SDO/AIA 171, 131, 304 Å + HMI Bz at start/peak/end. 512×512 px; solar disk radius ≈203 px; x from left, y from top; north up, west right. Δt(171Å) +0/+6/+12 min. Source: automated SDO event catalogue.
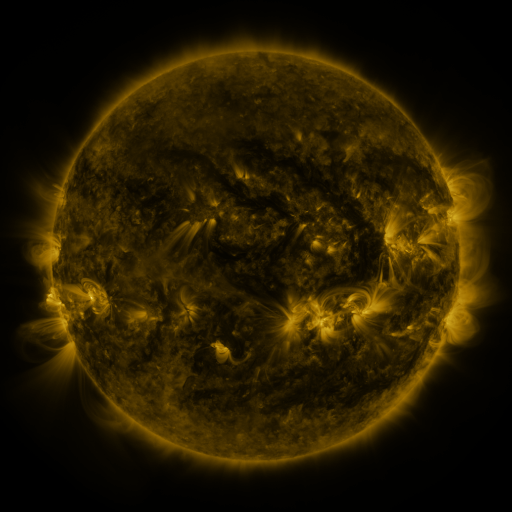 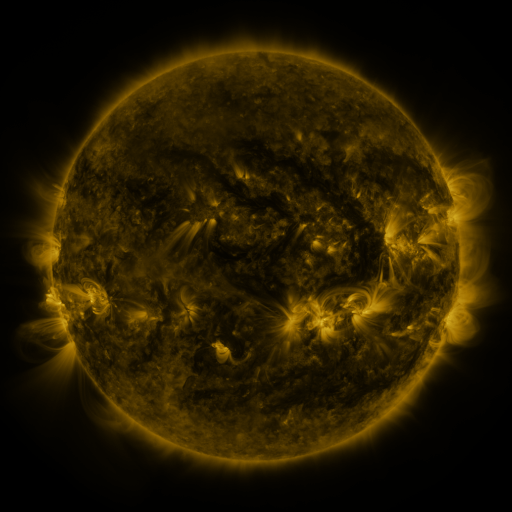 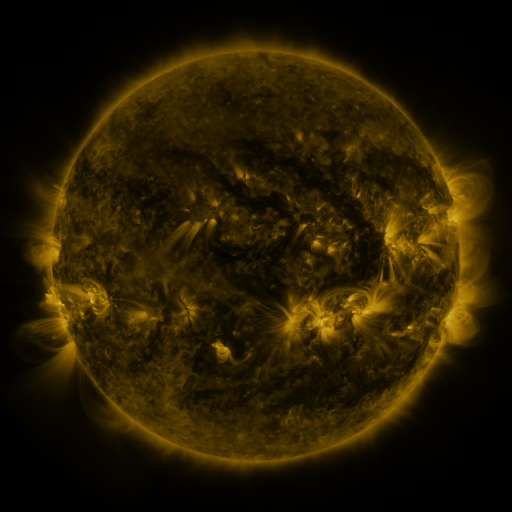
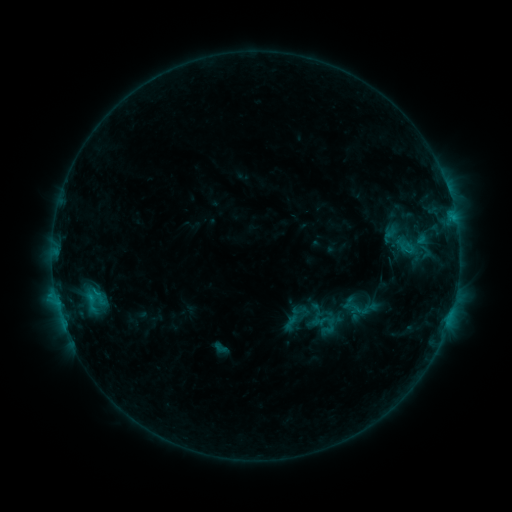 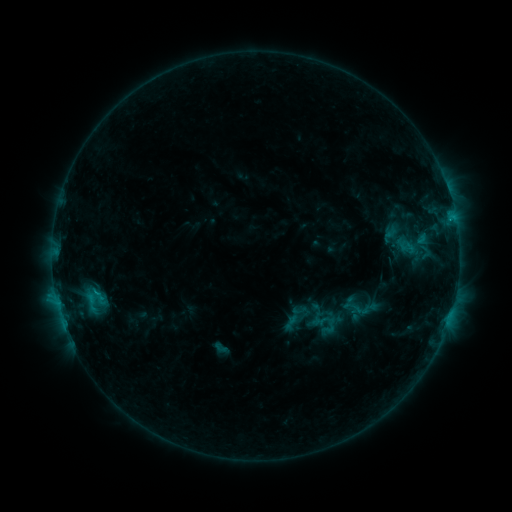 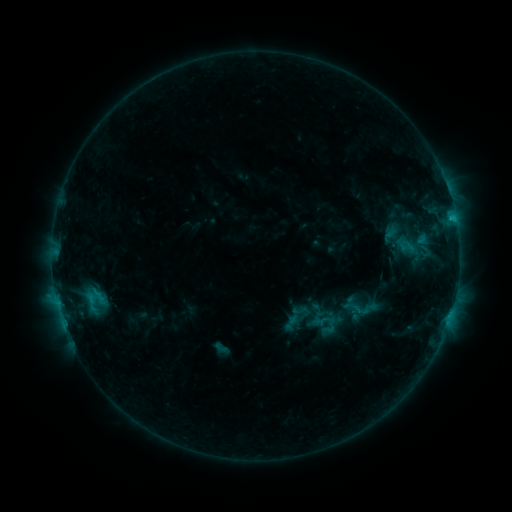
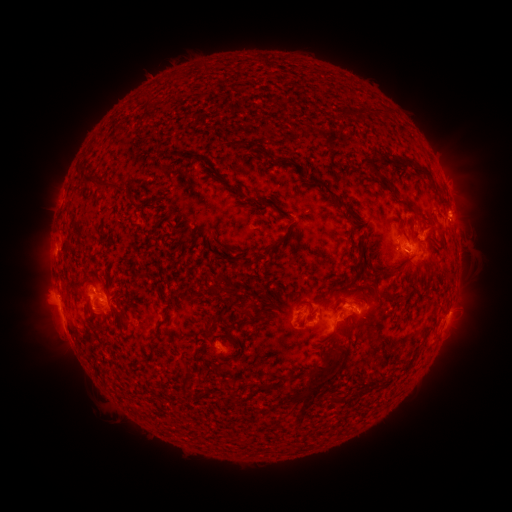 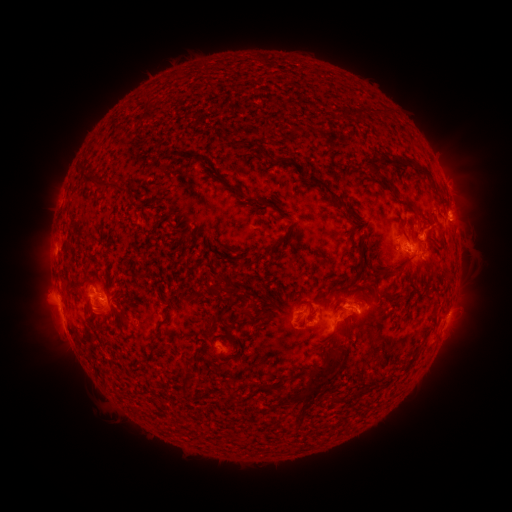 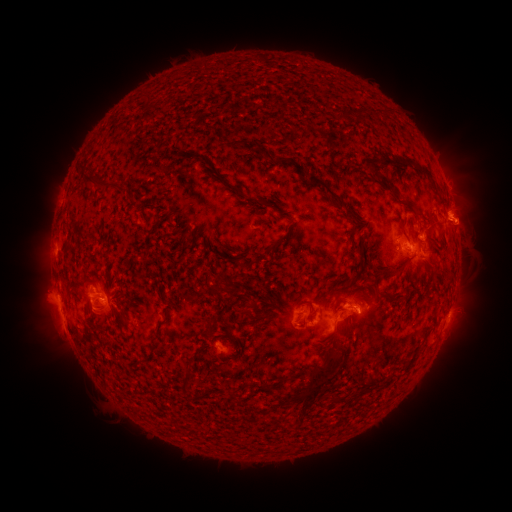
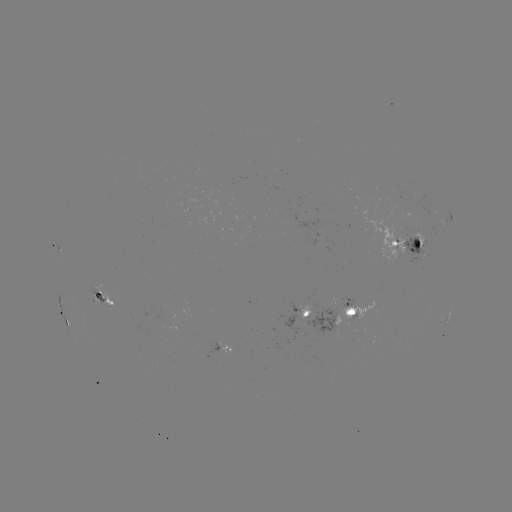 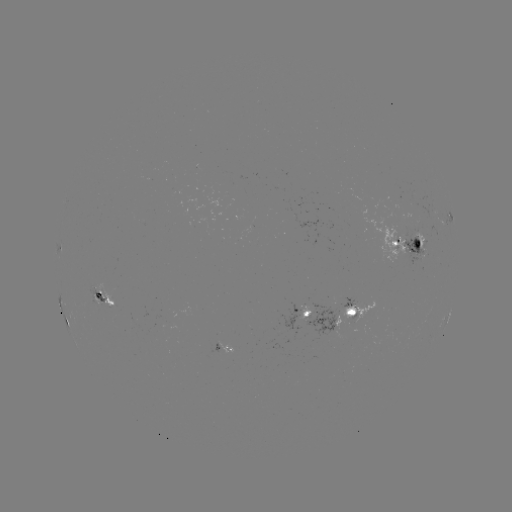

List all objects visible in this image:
eruption: (469, 224)
